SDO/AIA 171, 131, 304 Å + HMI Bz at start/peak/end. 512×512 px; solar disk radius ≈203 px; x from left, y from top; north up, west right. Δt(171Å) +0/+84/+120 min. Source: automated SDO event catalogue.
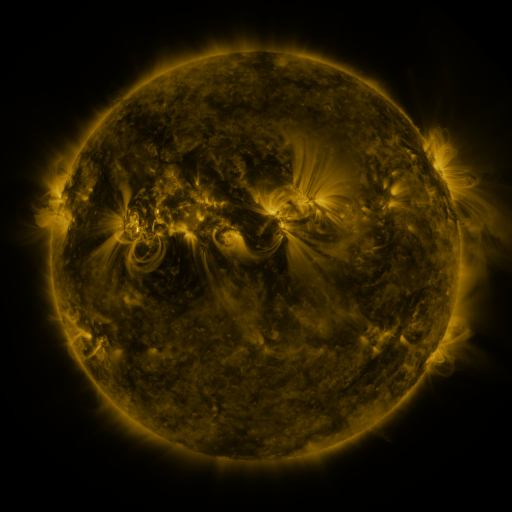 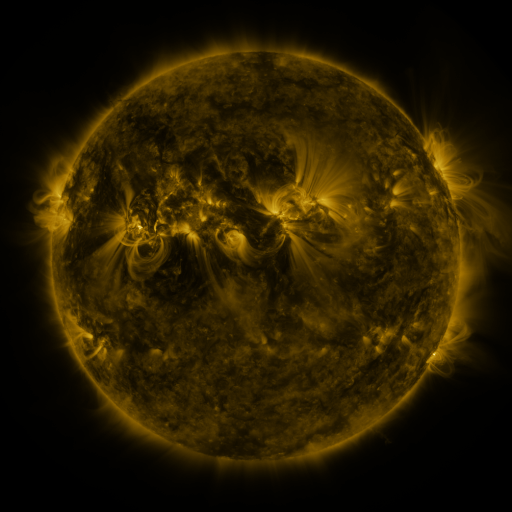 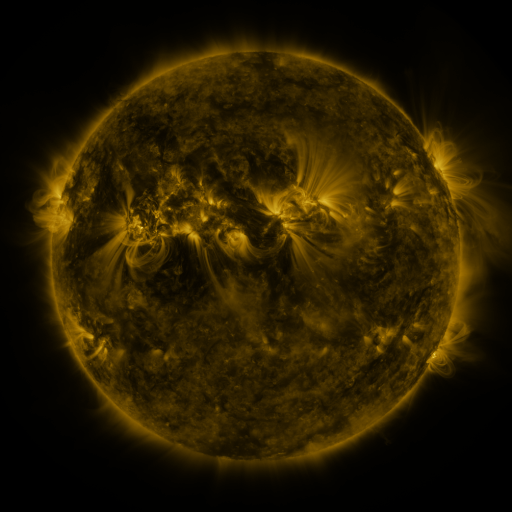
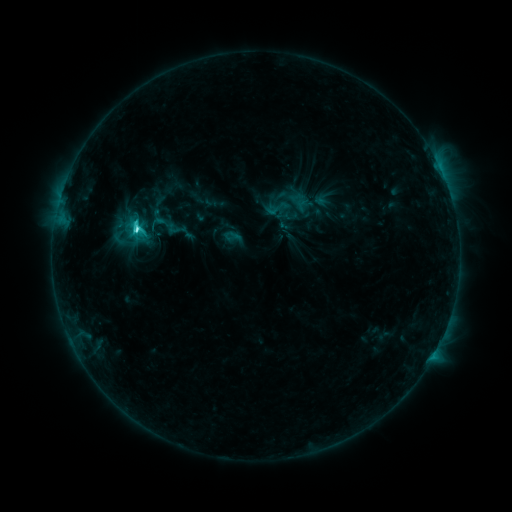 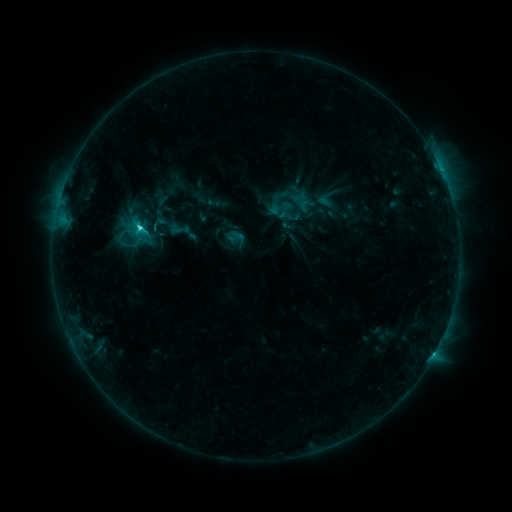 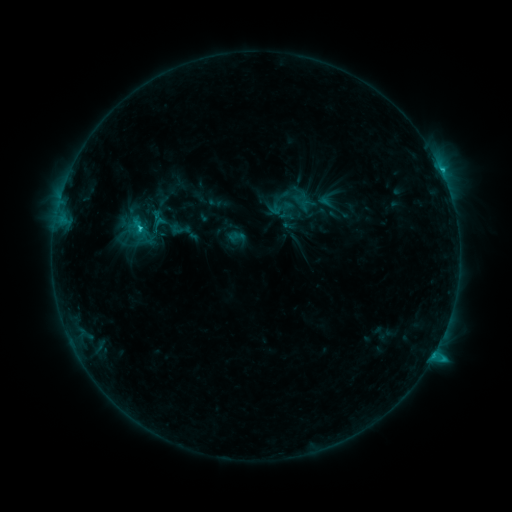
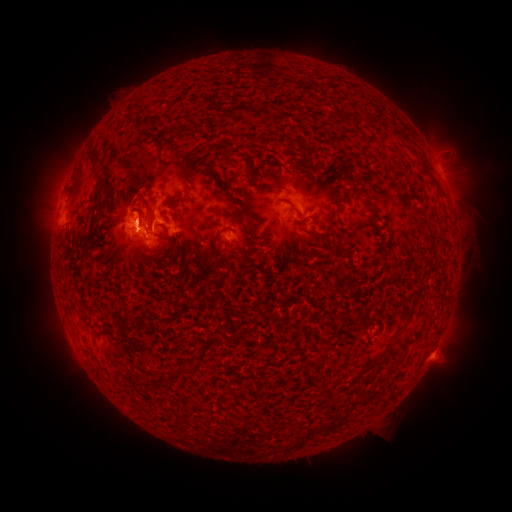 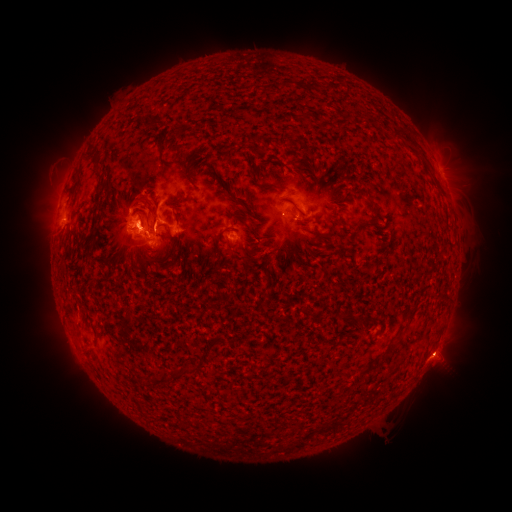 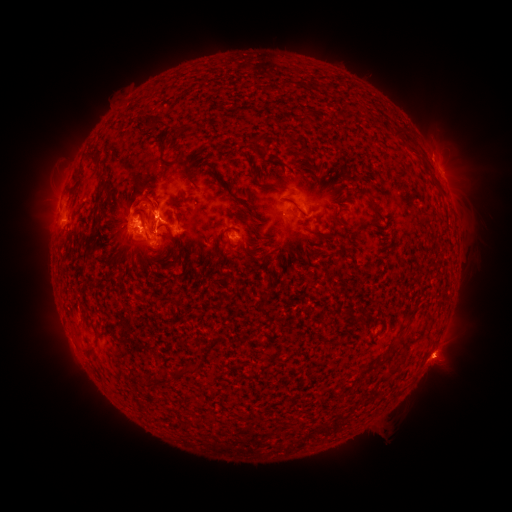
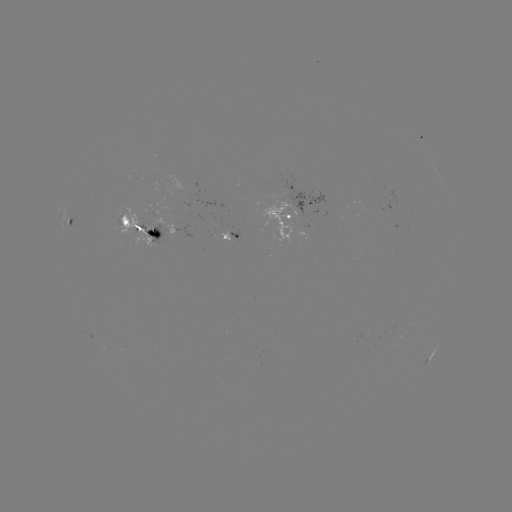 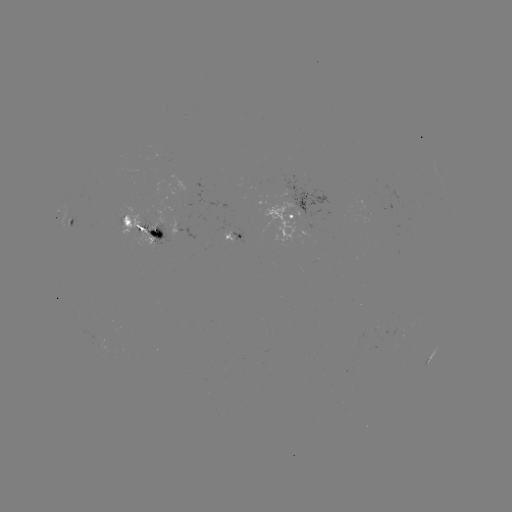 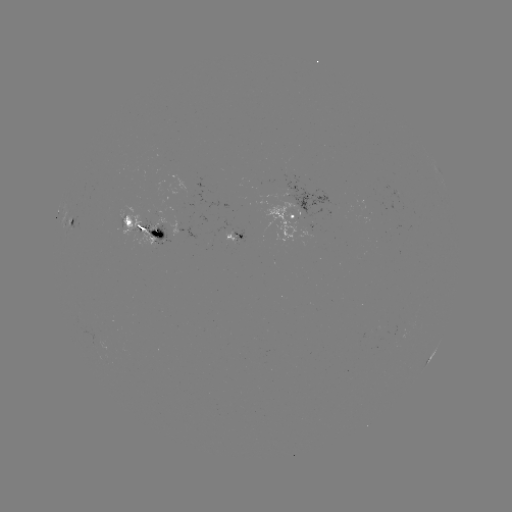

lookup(emerging-flux region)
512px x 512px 276,198